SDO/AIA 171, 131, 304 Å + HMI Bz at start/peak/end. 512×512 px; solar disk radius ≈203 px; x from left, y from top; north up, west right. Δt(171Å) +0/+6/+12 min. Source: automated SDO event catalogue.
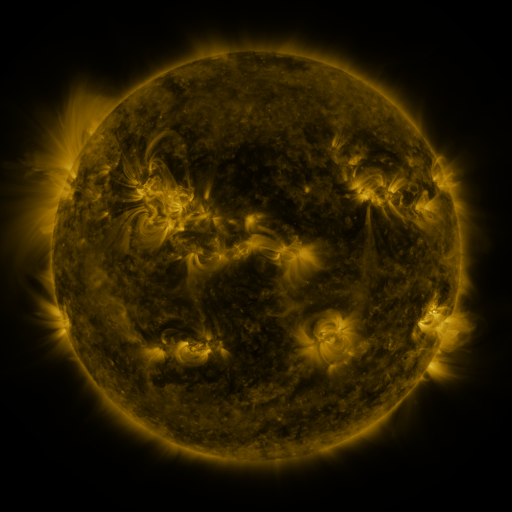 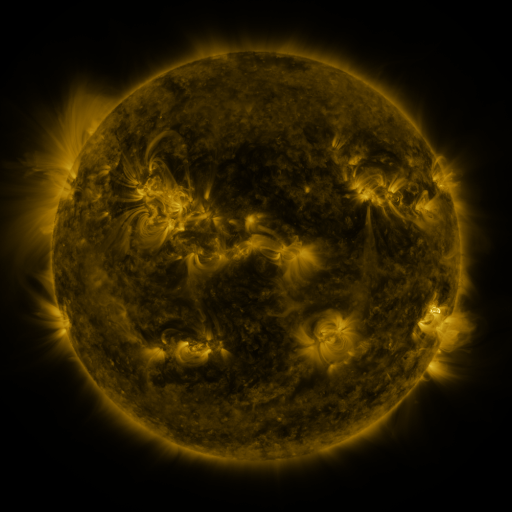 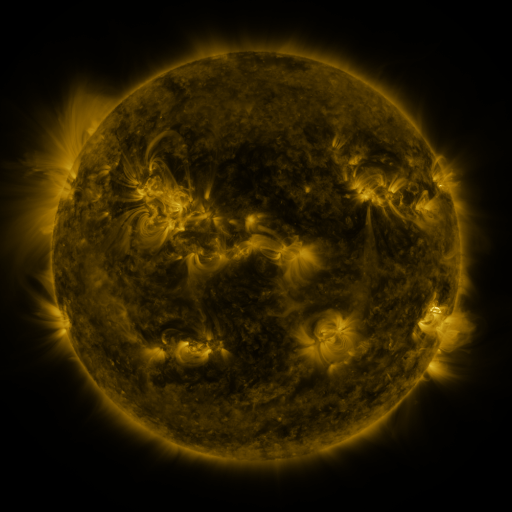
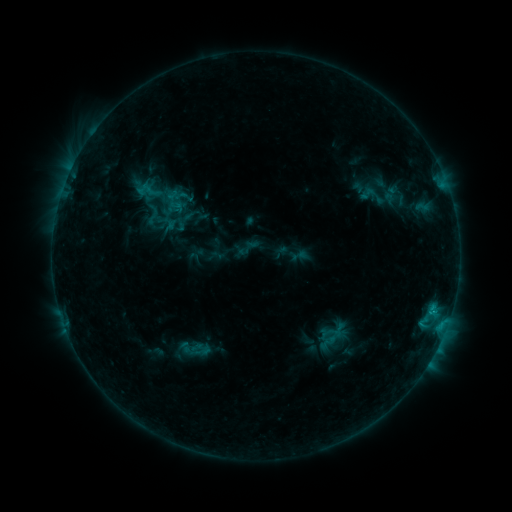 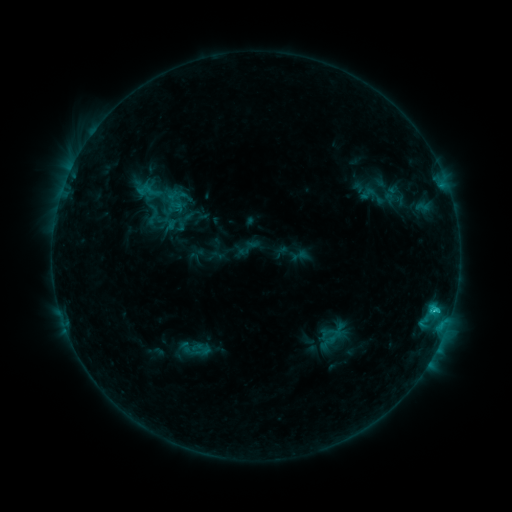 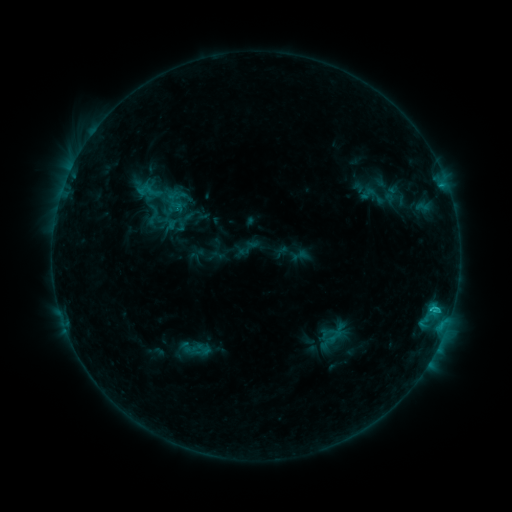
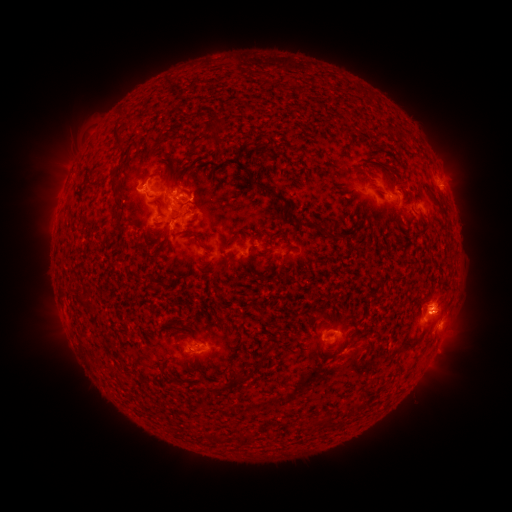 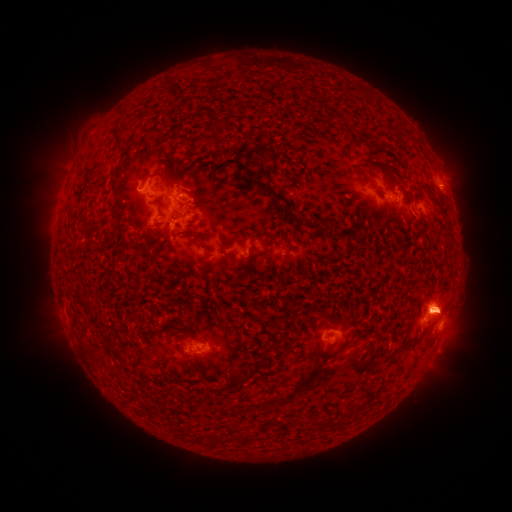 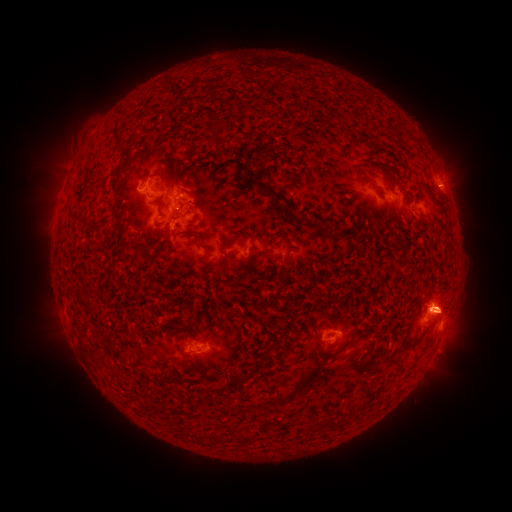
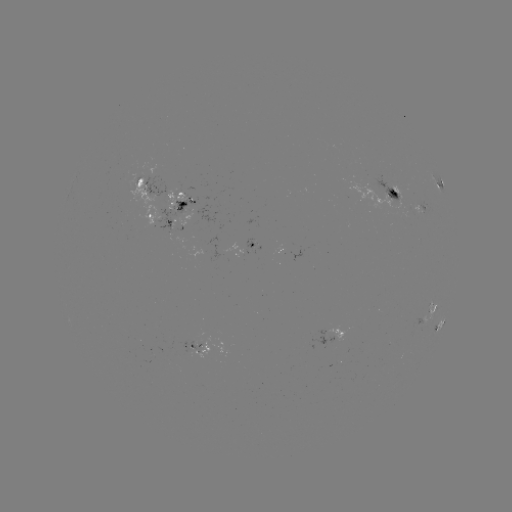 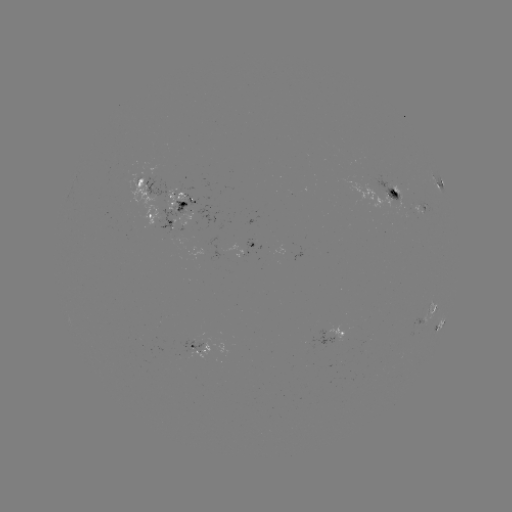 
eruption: [400, 285, 482, 335]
